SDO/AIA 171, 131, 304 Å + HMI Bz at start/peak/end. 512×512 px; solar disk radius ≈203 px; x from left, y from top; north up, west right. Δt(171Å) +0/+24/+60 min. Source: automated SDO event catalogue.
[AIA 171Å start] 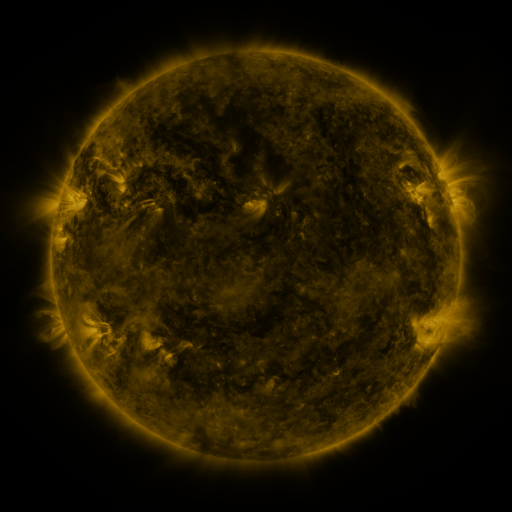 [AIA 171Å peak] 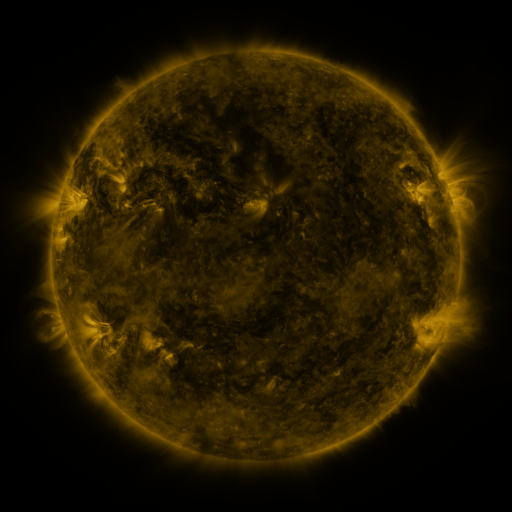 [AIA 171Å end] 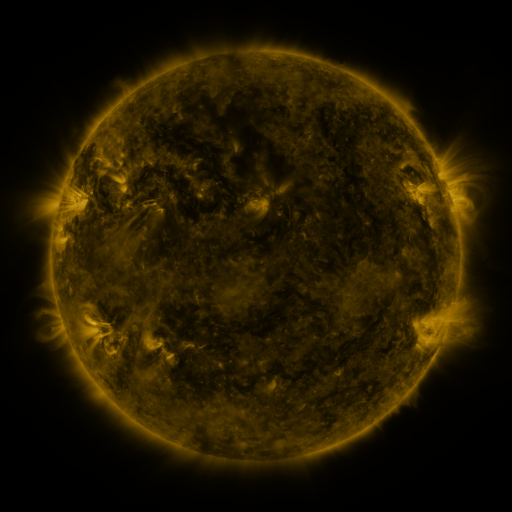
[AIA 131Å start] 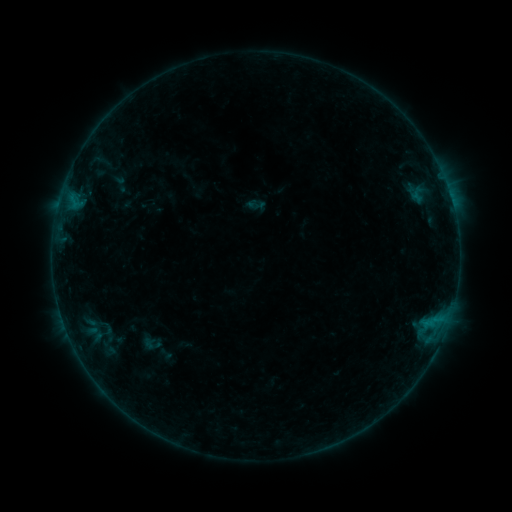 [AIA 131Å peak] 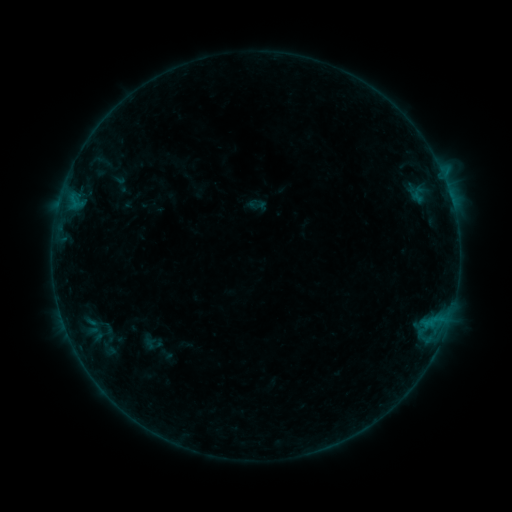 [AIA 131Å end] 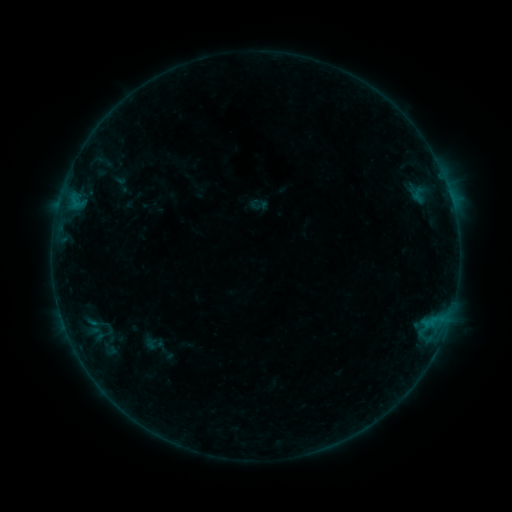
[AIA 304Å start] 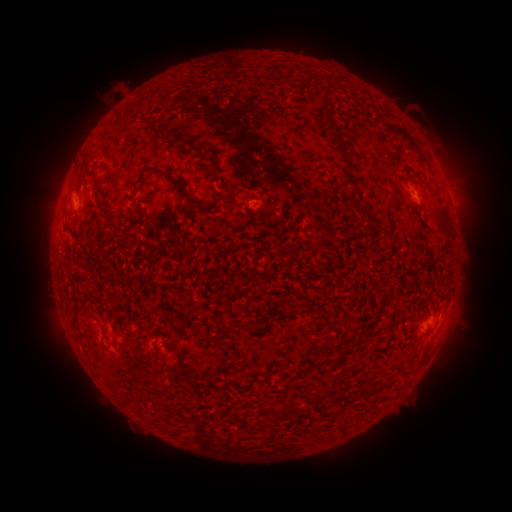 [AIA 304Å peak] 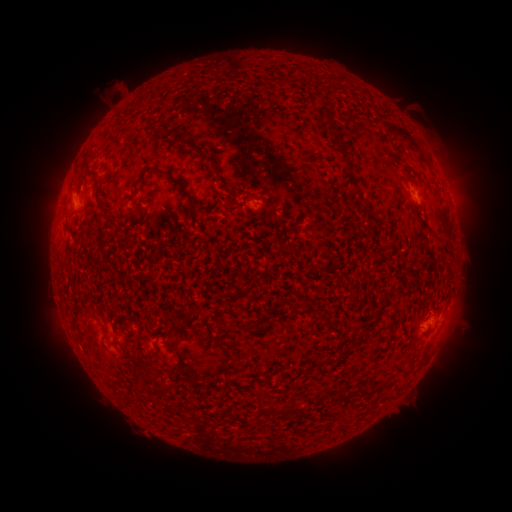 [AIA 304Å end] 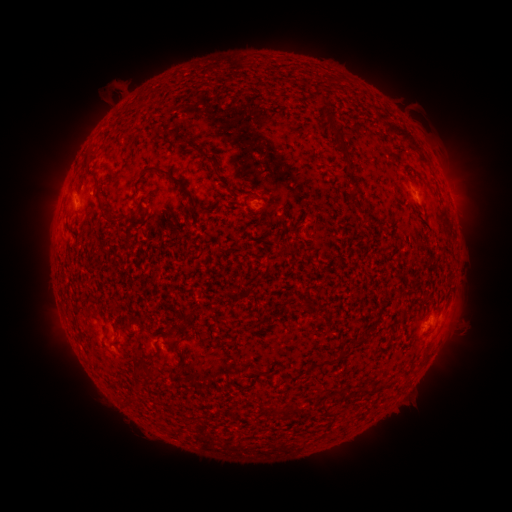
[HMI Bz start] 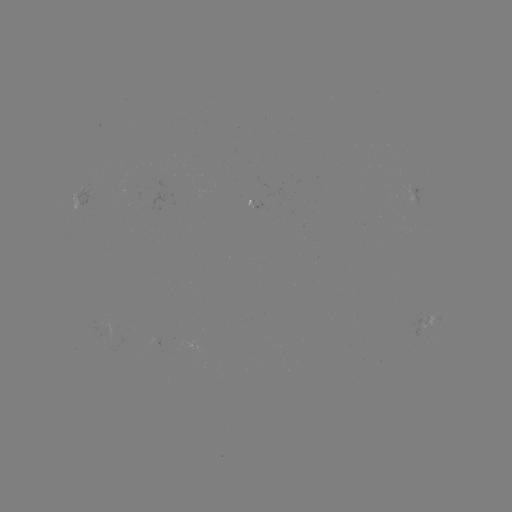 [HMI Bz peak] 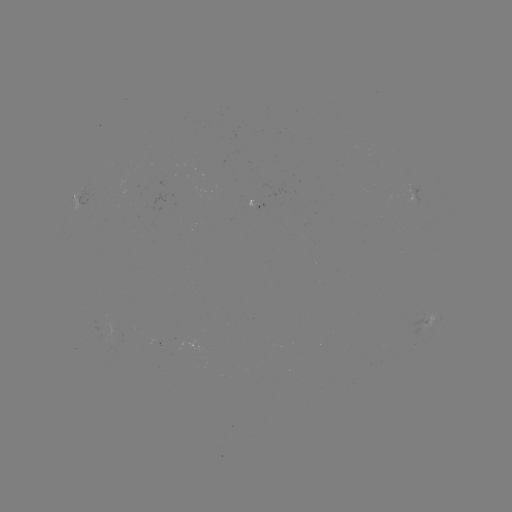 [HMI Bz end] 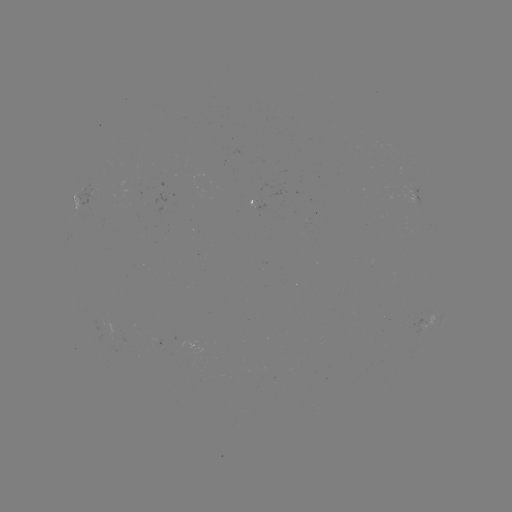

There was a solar flare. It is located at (443, 176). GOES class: B3.2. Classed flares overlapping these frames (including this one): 1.